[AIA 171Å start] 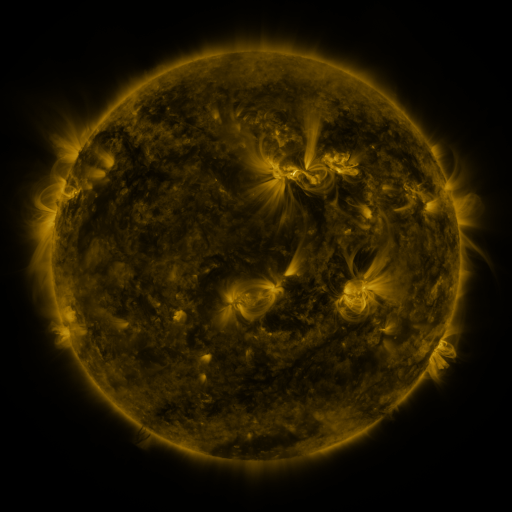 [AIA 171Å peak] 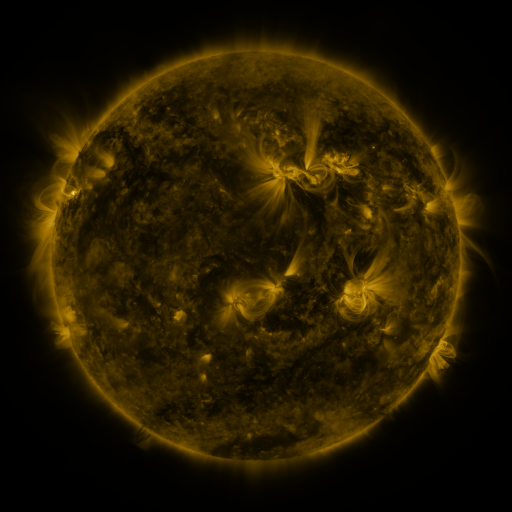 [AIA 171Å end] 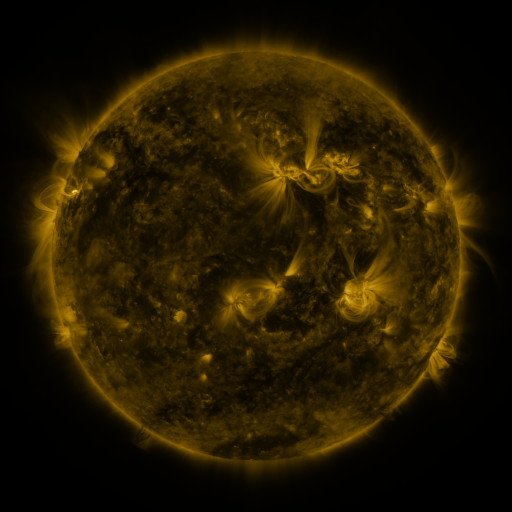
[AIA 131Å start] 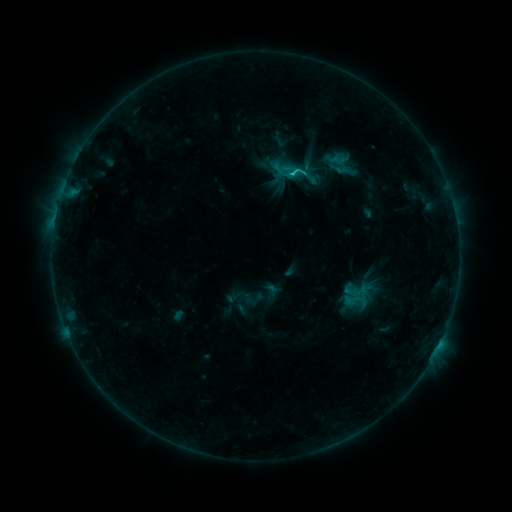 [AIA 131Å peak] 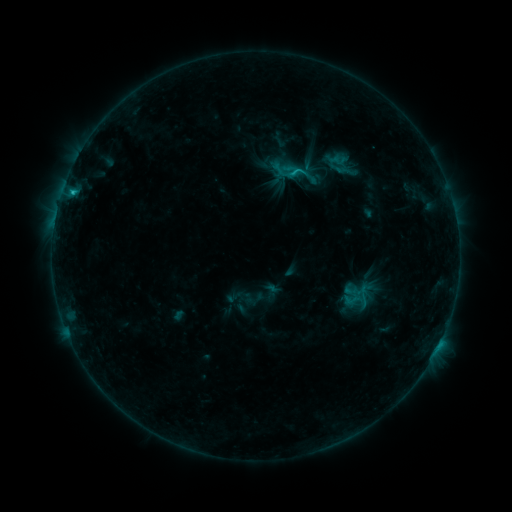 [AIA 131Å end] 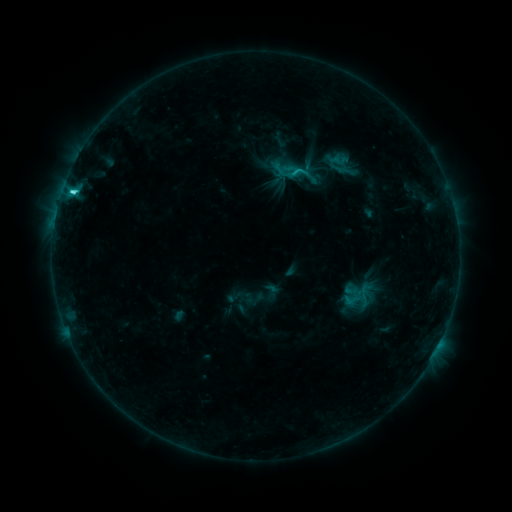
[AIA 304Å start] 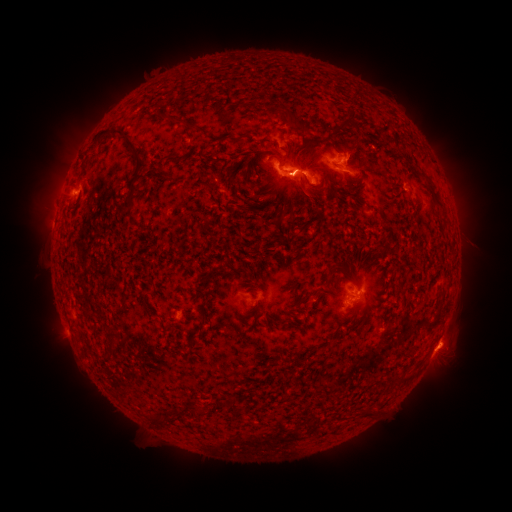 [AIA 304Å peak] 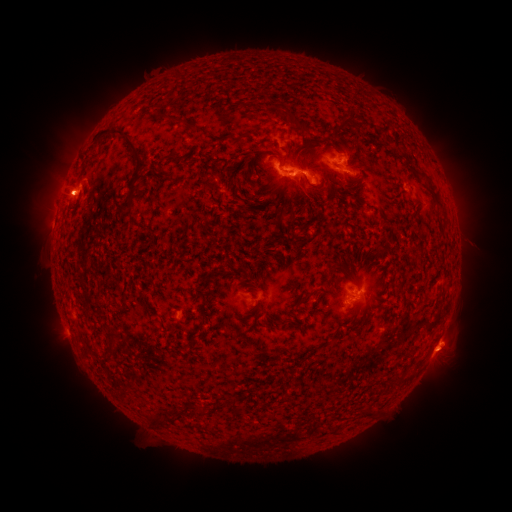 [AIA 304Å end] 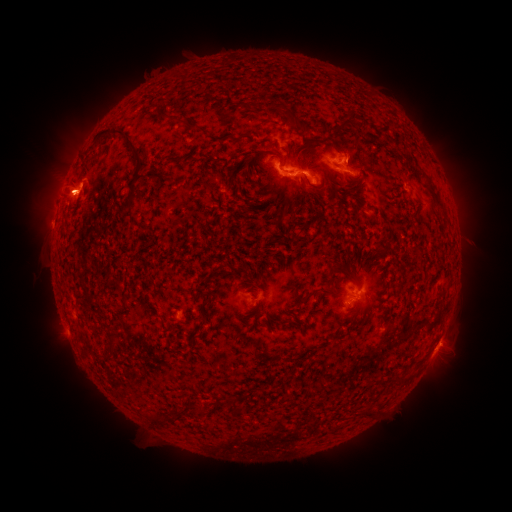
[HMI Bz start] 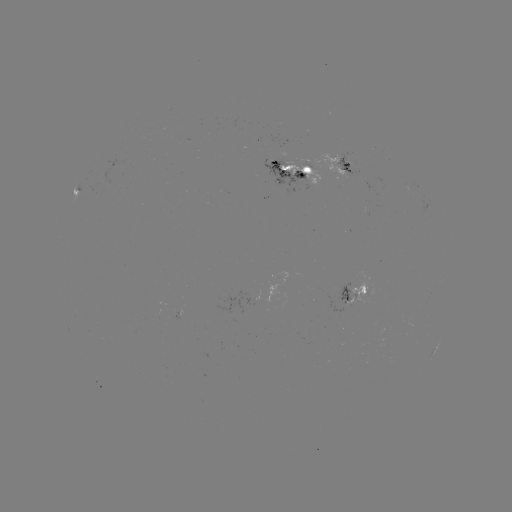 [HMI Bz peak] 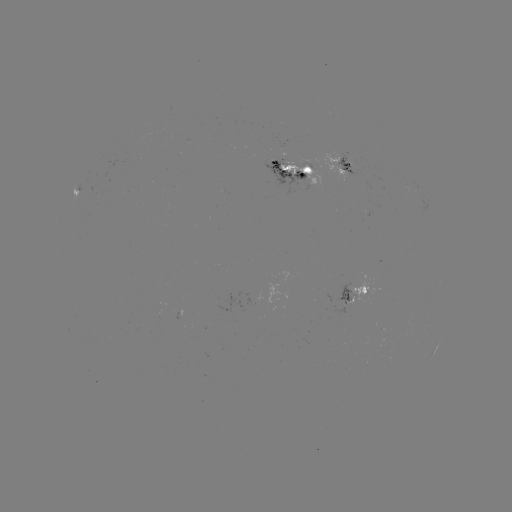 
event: eruption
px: (444, 355)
